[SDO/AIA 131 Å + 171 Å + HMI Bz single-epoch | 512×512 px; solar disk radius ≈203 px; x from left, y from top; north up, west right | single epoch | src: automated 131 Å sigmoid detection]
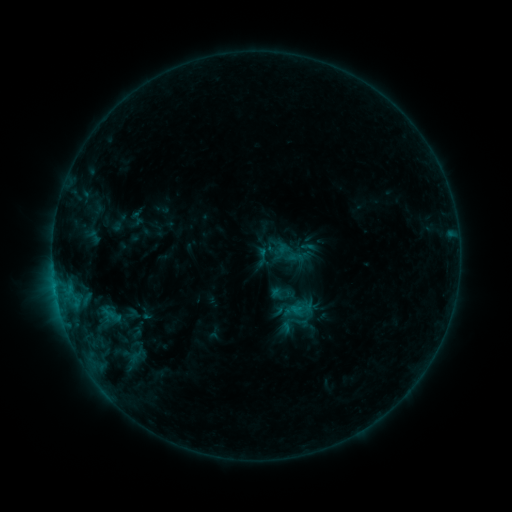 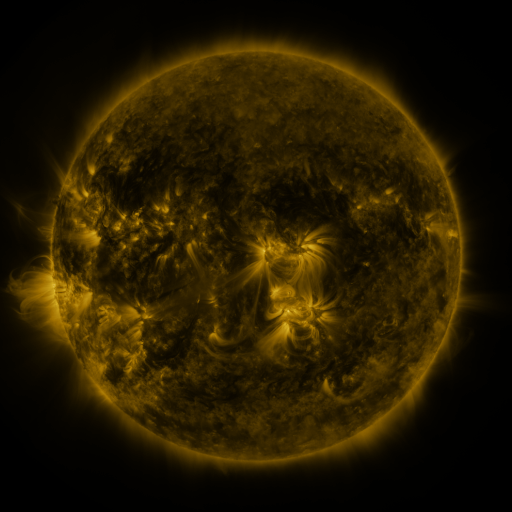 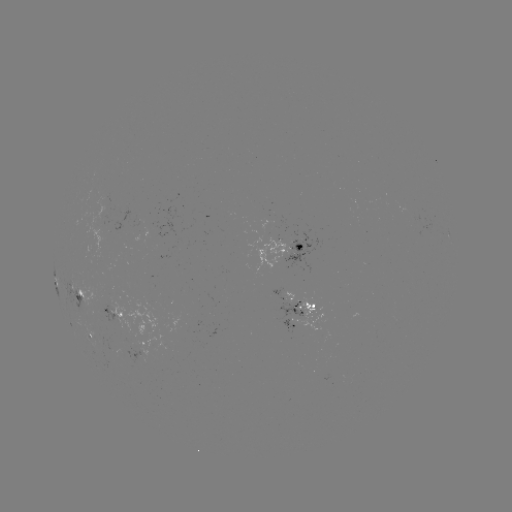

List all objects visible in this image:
sigmoid: (302, 308)
